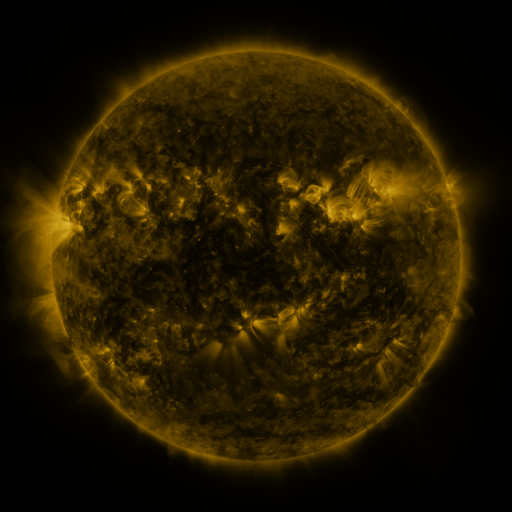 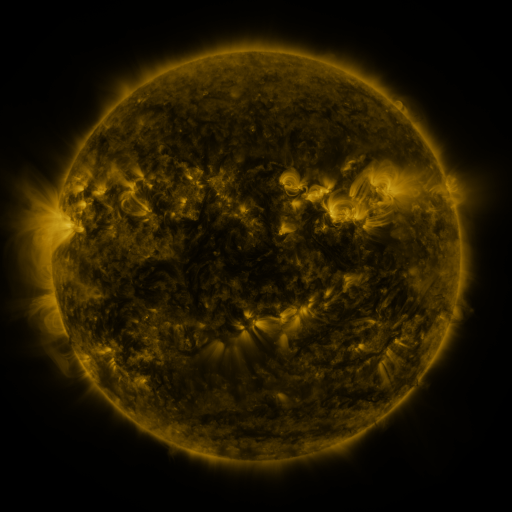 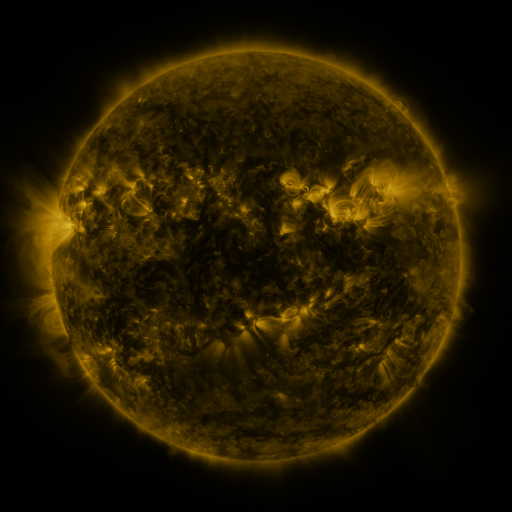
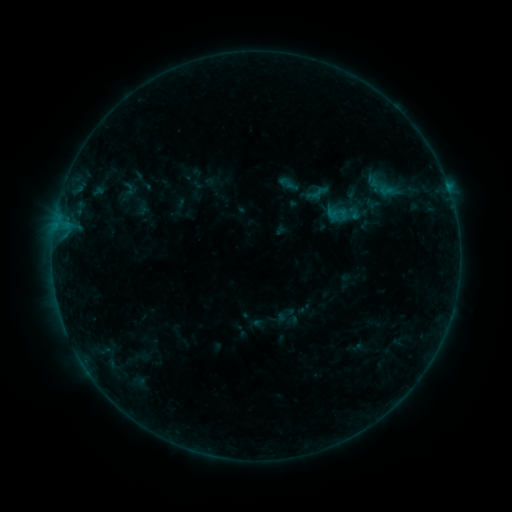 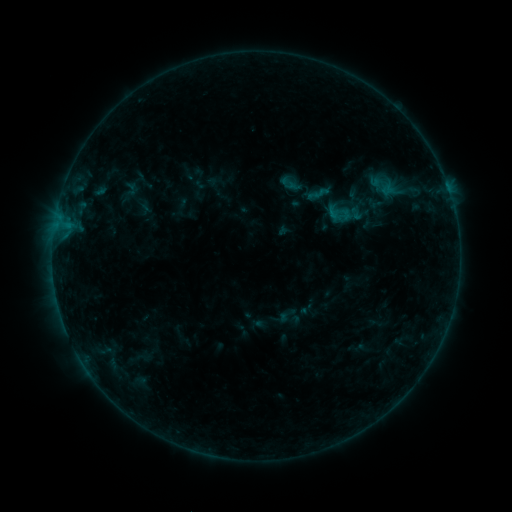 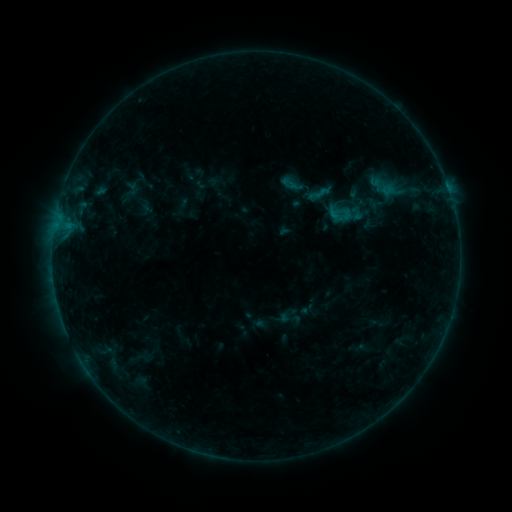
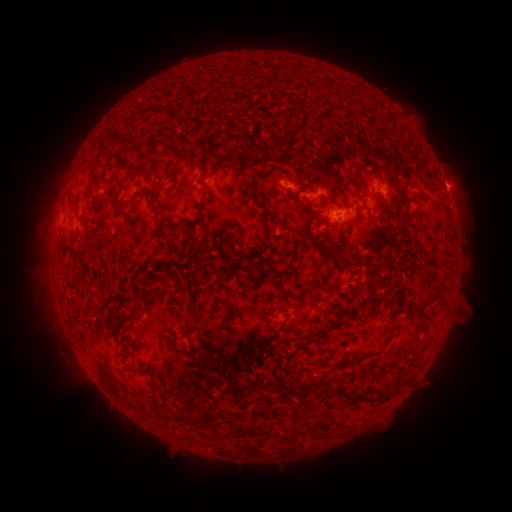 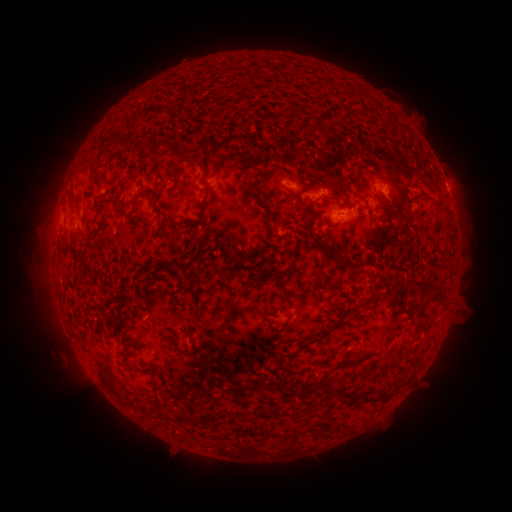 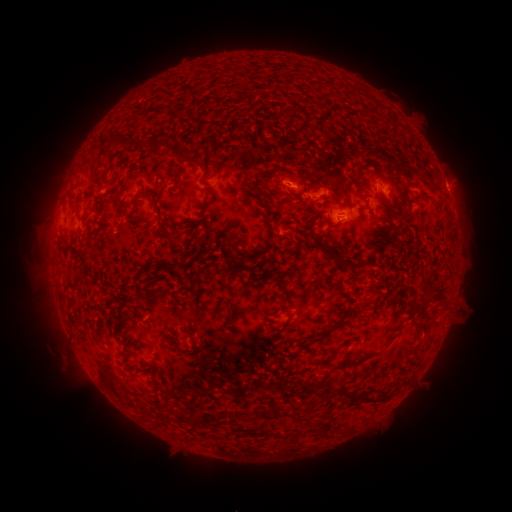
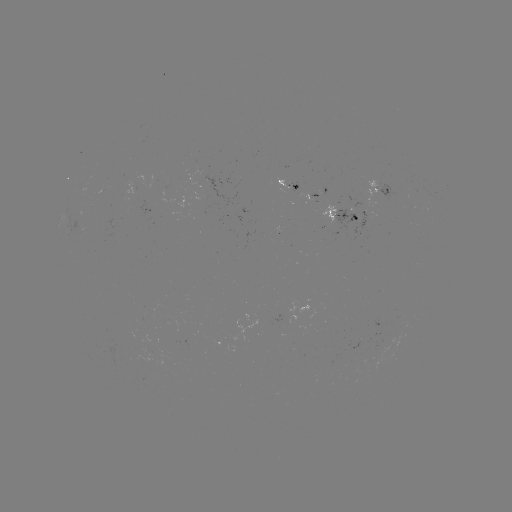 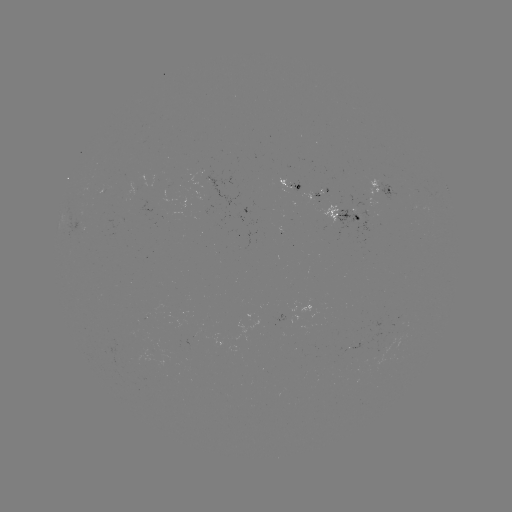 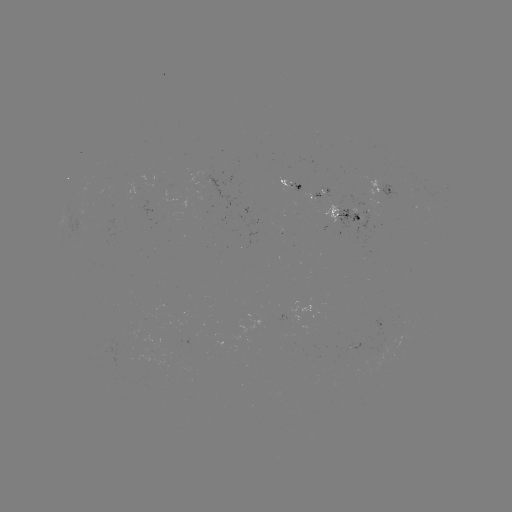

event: emerging-flux region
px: (359, 343)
